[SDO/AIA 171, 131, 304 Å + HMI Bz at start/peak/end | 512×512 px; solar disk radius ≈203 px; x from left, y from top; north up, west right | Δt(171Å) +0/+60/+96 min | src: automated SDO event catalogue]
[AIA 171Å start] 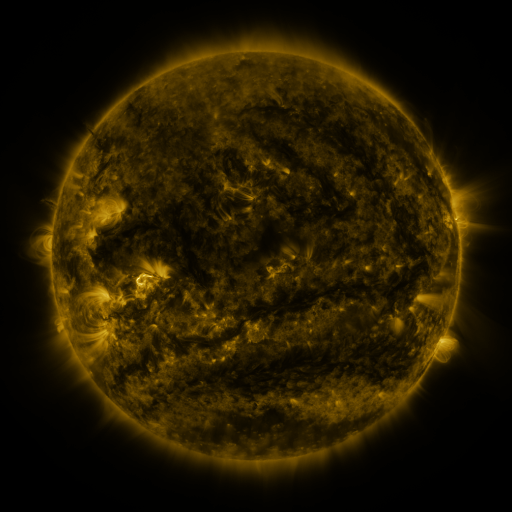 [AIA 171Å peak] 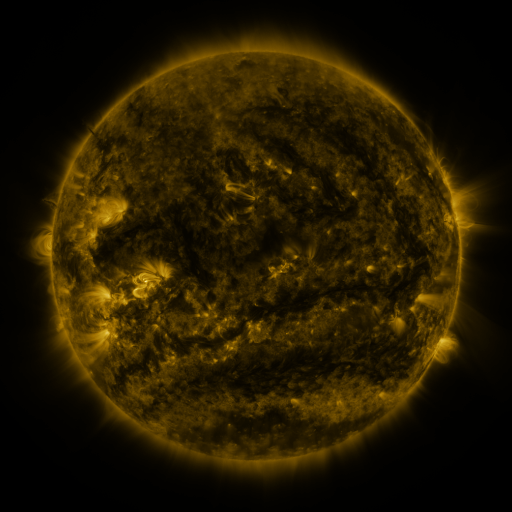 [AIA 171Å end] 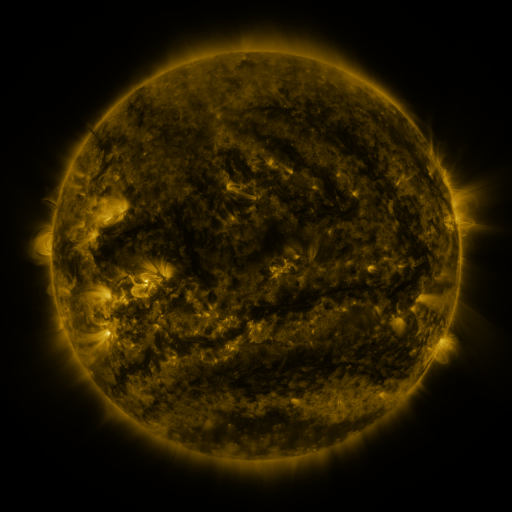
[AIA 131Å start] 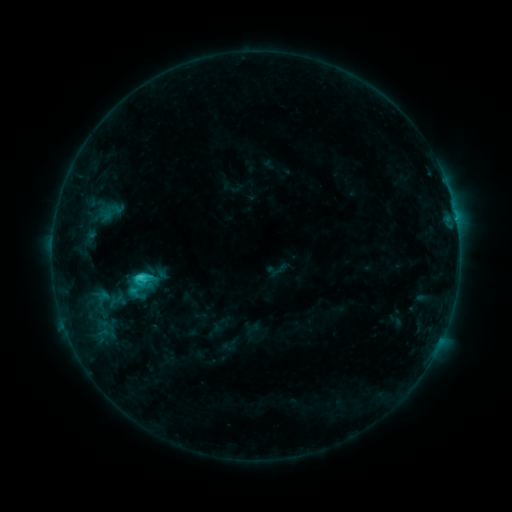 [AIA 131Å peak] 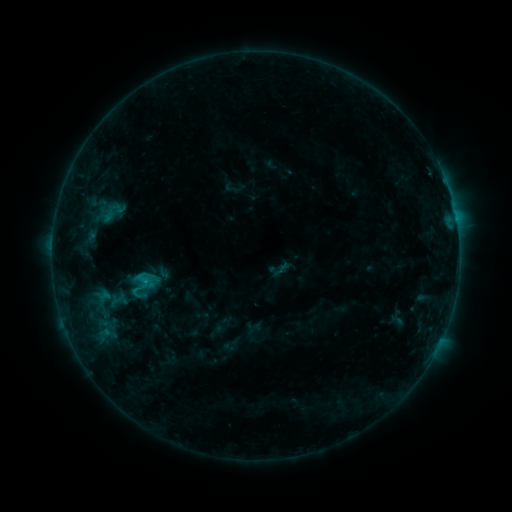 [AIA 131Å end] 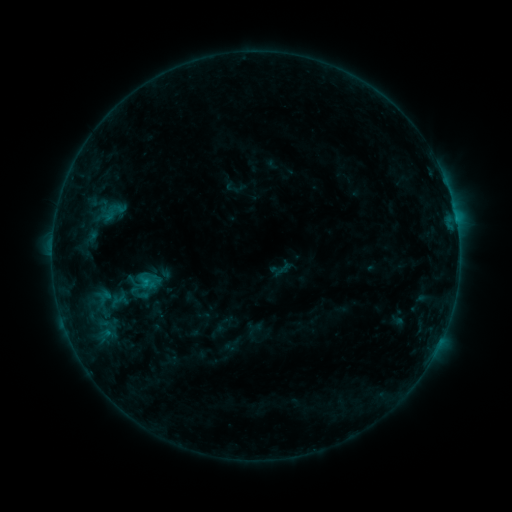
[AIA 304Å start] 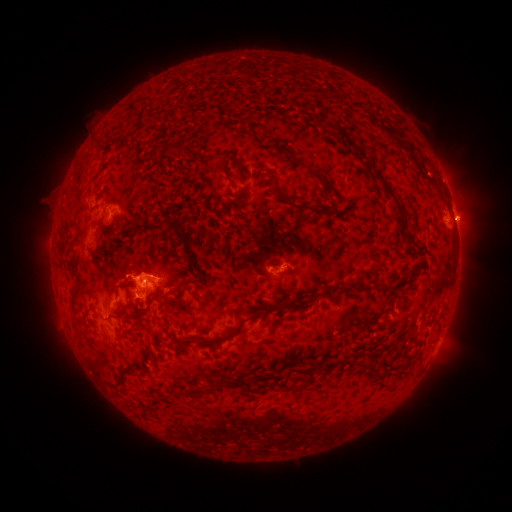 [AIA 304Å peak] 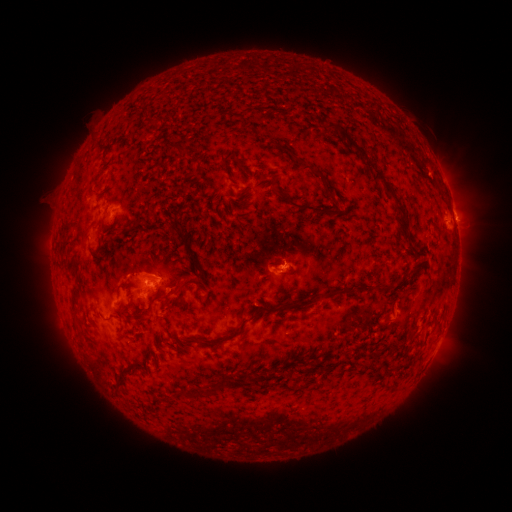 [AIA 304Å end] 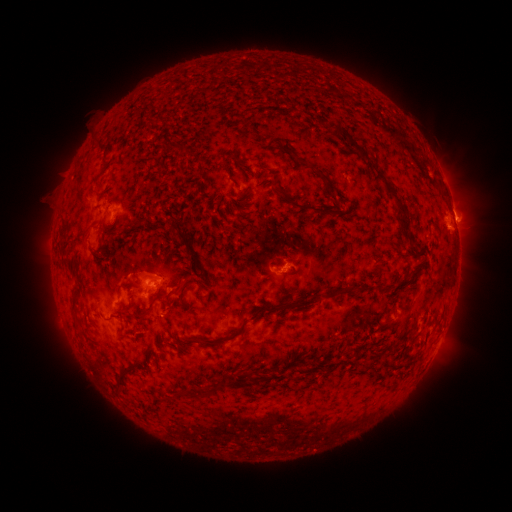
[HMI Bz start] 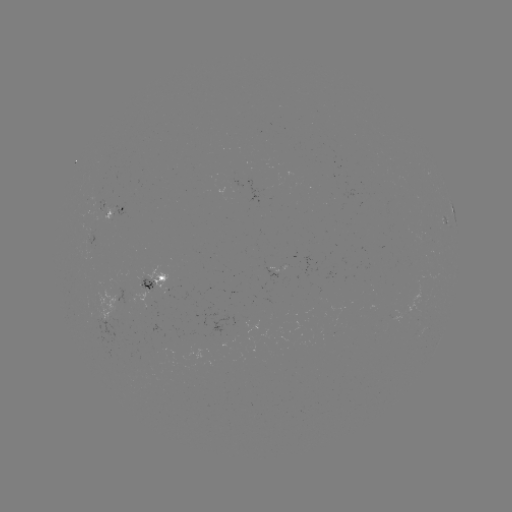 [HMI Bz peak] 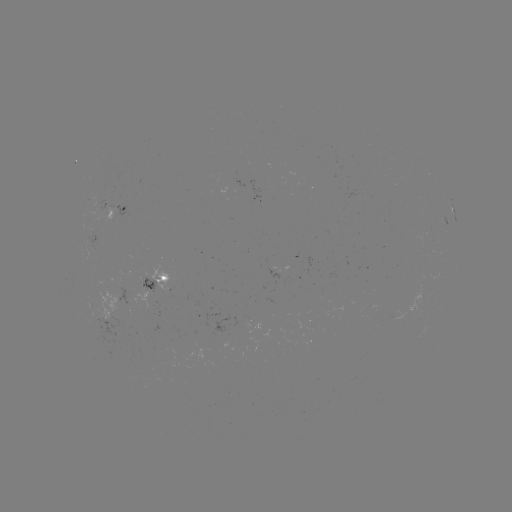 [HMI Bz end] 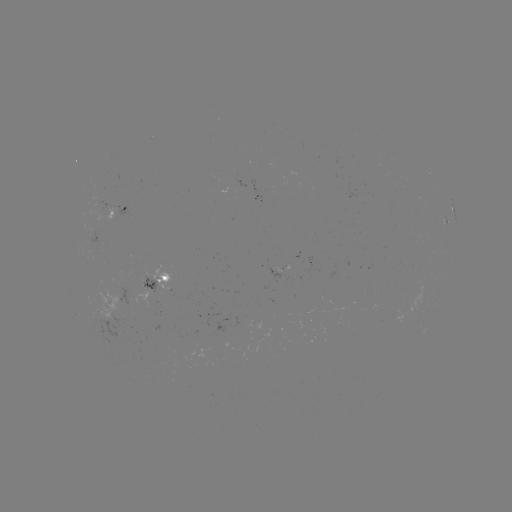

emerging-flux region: <bbox>284, 267, 287, 279</bbox>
